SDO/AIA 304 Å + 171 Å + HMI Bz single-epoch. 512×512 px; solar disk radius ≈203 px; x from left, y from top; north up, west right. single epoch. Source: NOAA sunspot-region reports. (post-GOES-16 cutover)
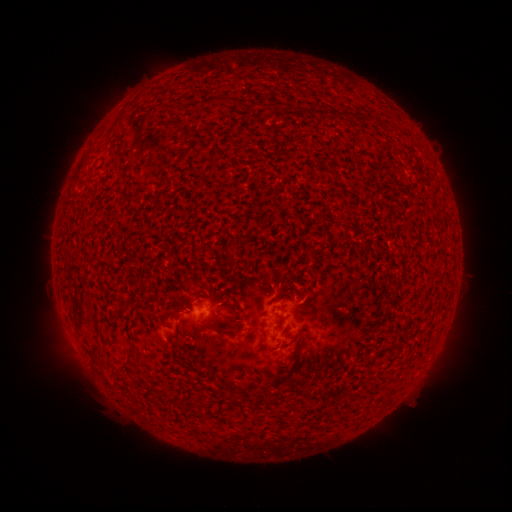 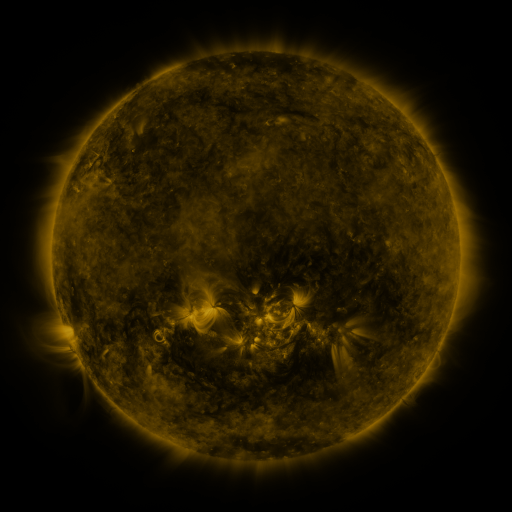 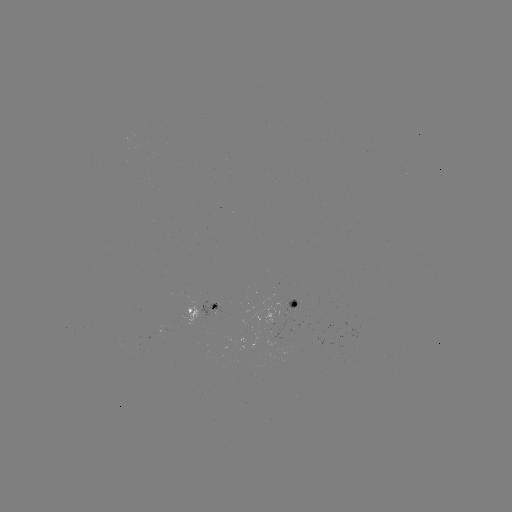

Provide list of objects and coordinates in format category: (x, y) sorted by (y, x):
spotted active region: (296, 303)
spotted active region: (205, 307)
